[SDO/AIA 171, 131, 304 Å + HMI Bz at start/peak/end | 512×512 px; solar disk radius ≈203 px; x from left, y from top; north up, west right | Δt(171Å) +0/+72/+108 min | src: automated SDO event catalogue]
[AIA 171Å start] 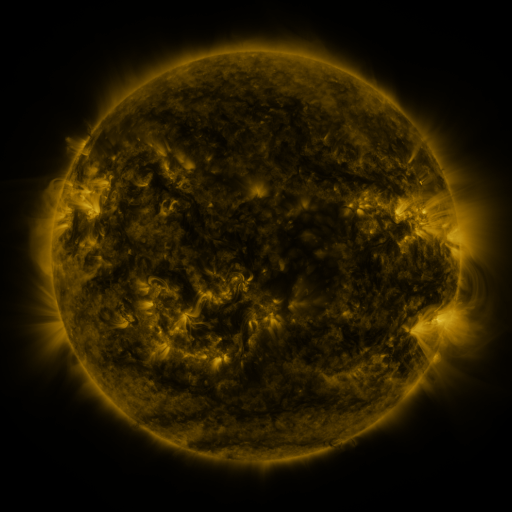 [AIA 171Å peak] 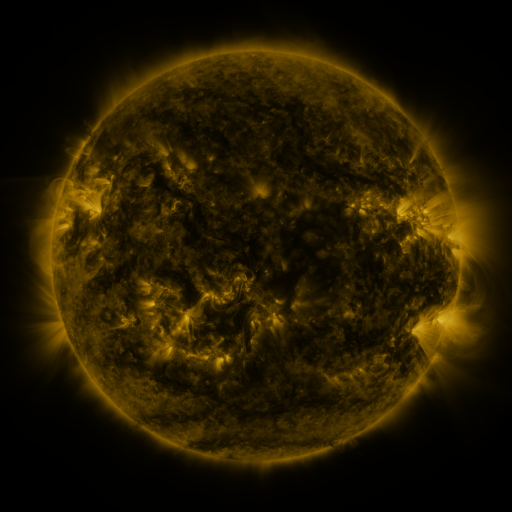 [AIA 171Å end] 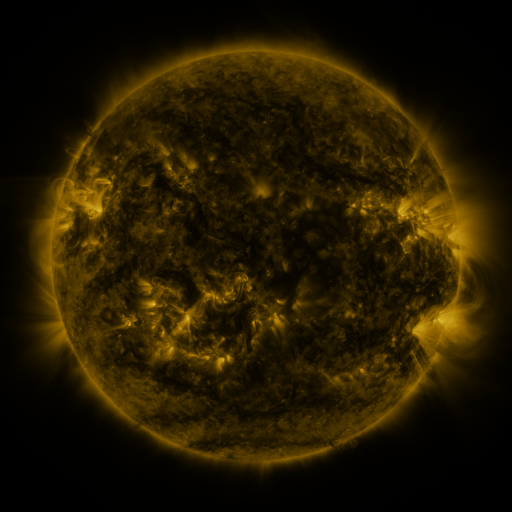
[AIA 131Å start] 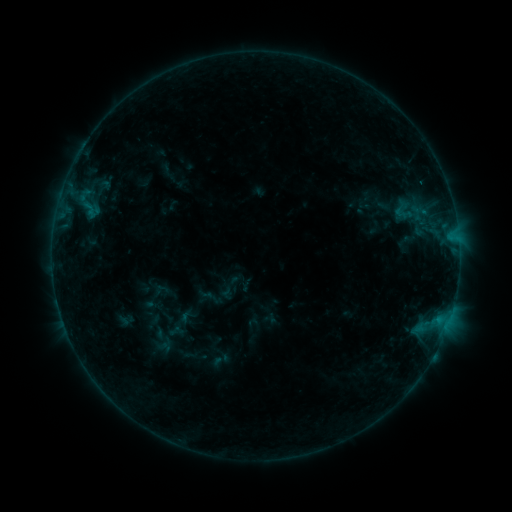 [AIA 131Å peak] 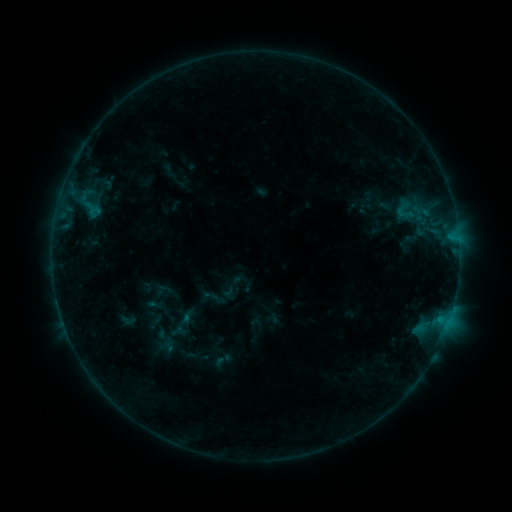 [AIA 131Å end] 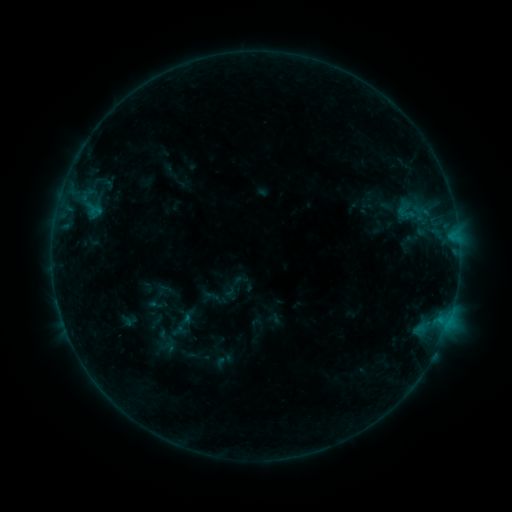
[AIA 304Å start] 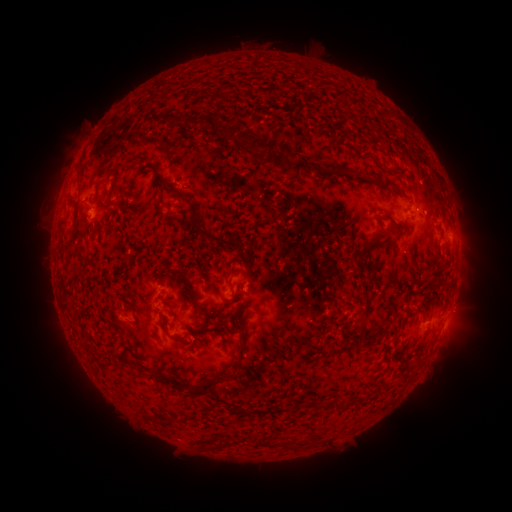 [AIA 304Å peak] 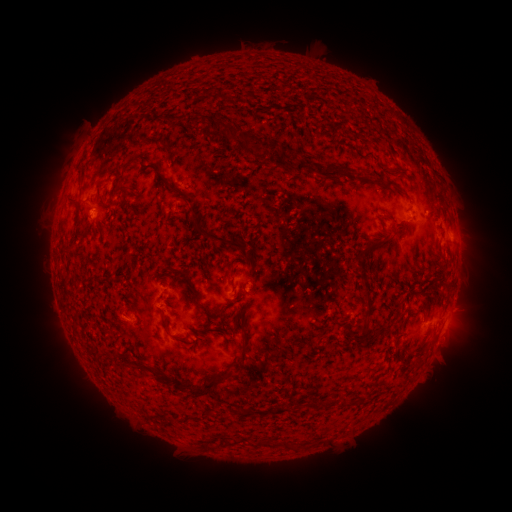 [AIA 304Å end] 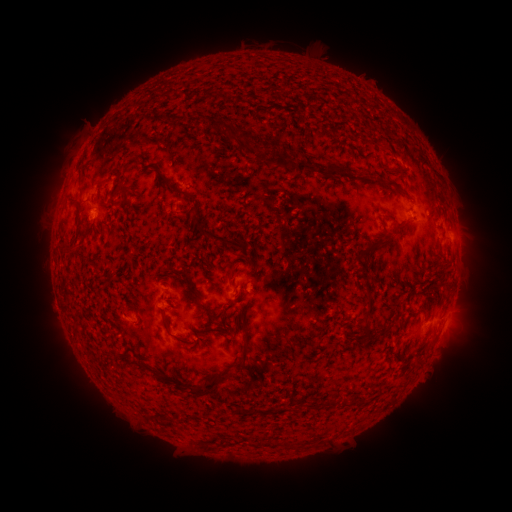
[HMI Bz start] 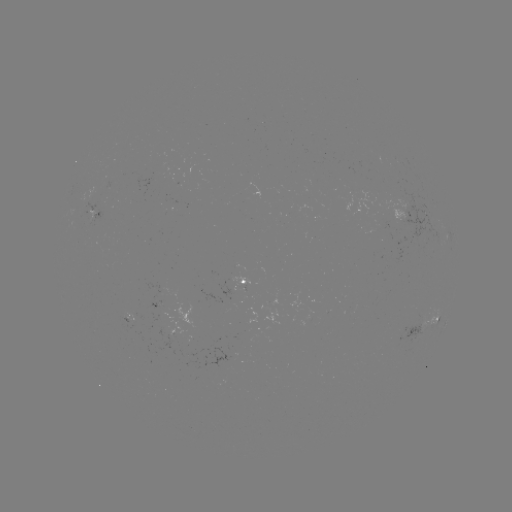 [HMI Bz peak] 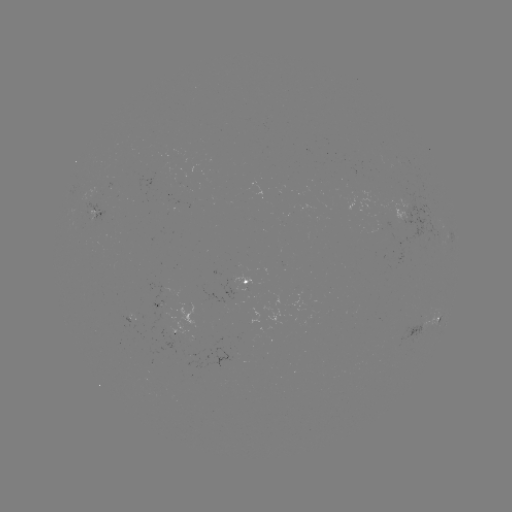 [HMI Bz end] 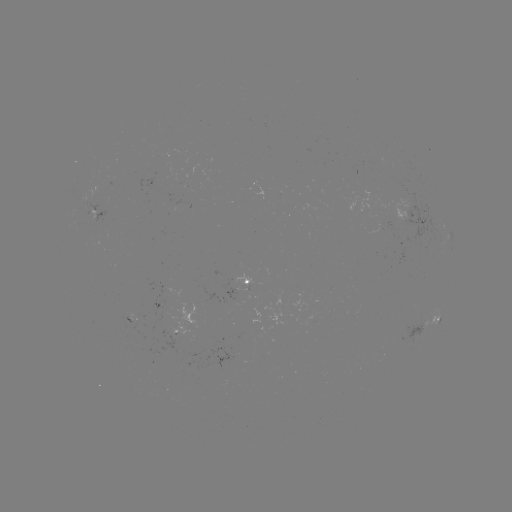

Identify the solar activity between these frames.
emerging-flux region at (159, 302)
